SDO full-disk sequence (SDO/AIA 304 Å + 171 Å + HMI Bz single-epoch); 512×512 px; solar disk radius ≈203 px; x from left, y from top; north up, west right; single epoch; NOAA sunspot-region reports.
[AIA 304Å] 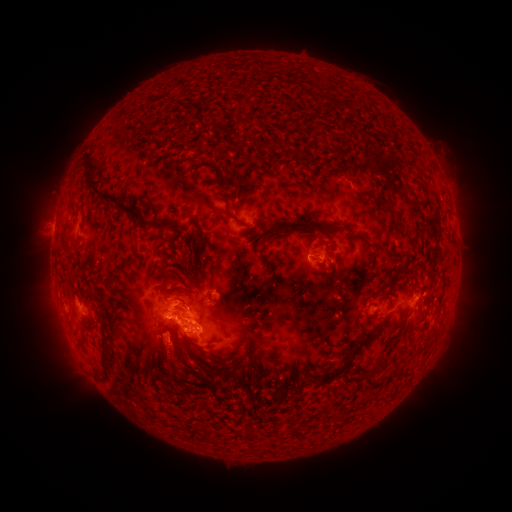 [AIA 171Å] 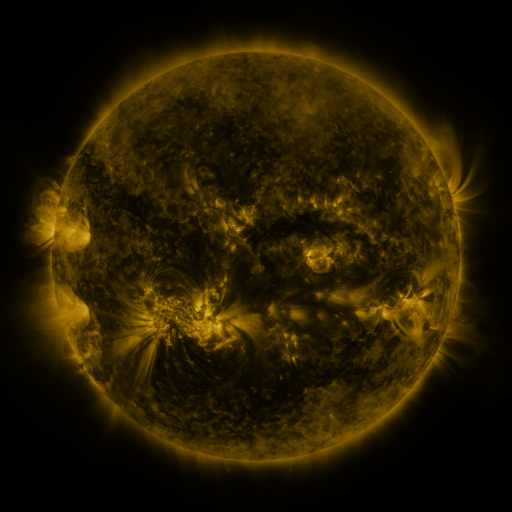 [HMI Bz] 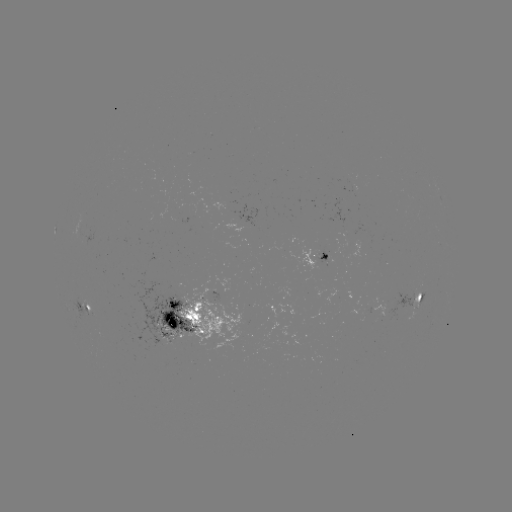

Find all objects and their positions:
spotted active region: (318, 259)
spotted active region: (417, 295)
spotted active region: (87, 311)
spotted active region: (191, 322)
